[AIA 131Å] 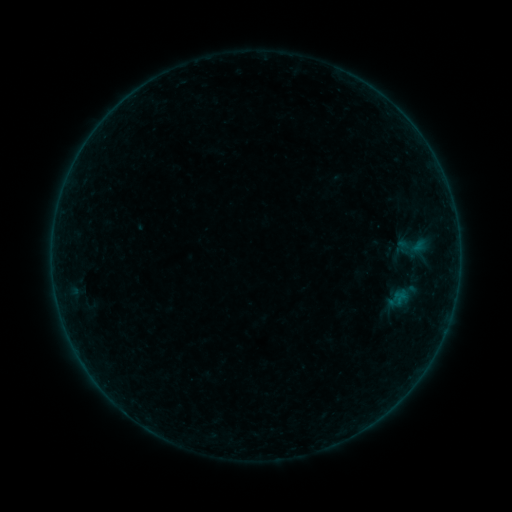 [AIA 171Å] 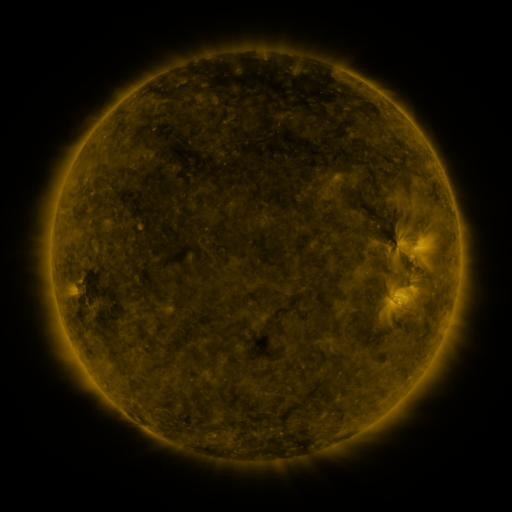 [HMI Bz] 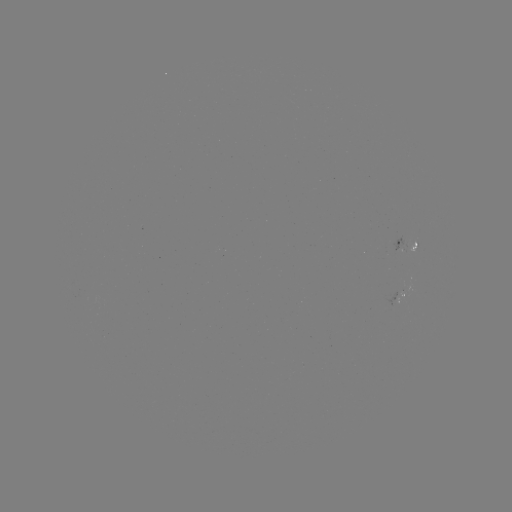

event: sigmoid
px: (415, 246)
